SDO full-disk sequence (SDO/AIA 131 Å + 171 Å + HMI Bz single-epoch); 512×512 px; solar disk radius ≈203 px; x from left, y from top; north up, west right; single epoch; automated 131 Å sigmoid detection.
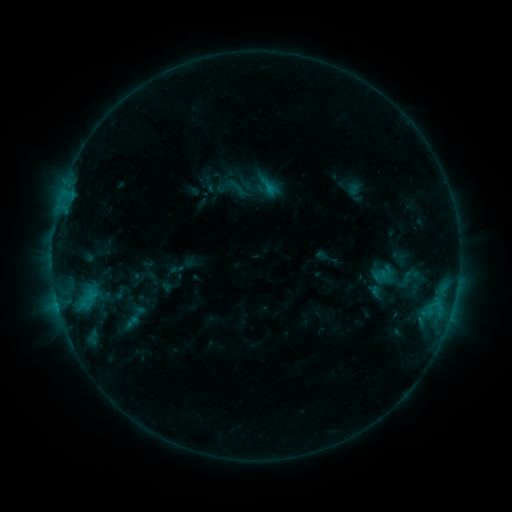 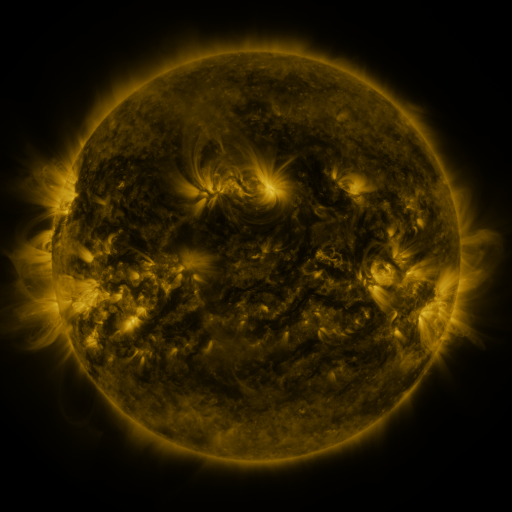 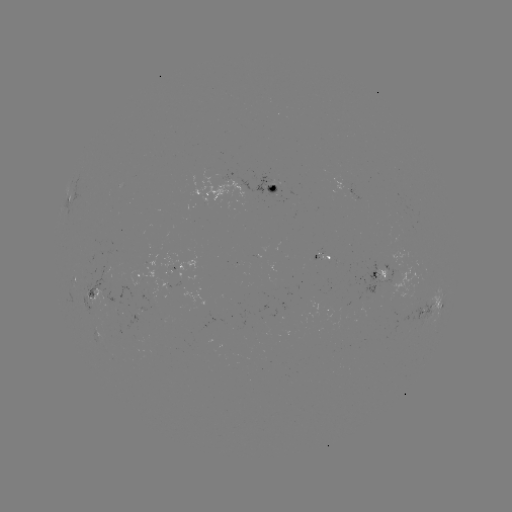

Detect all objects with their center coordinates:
sigmoid: (380, 275)
